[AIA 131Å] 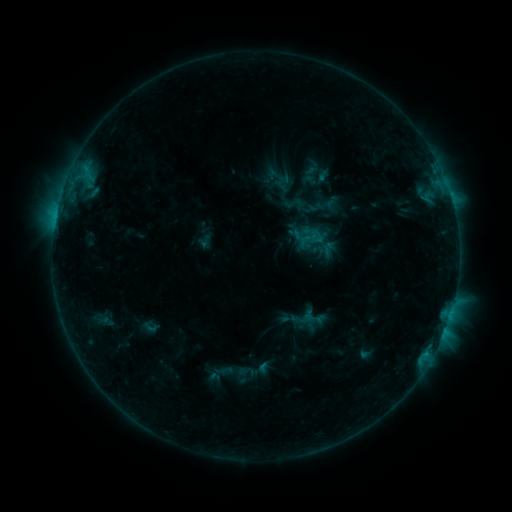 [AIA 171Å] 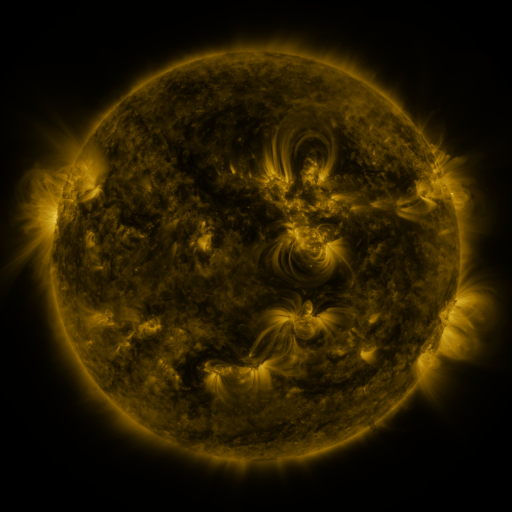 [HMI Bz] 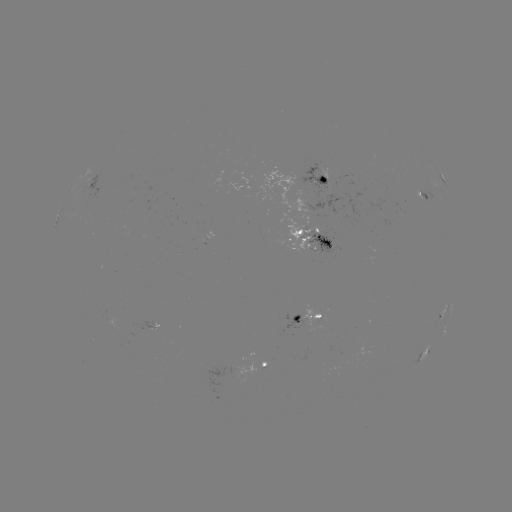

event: sigmoid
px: (150, 327)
